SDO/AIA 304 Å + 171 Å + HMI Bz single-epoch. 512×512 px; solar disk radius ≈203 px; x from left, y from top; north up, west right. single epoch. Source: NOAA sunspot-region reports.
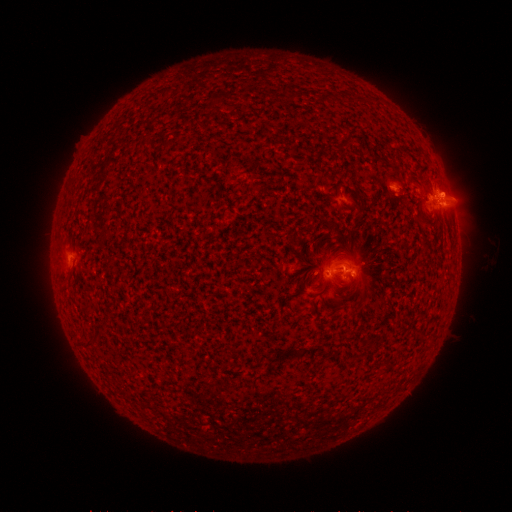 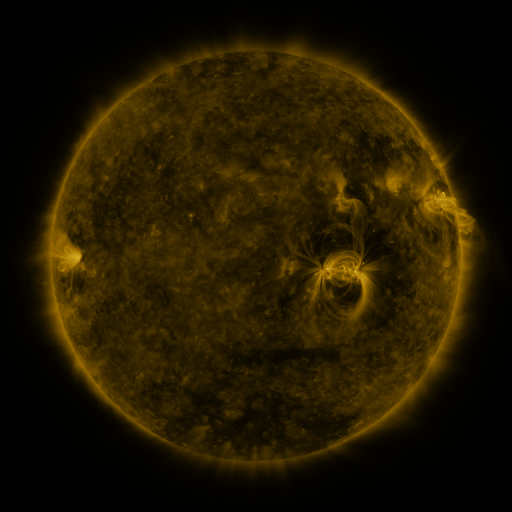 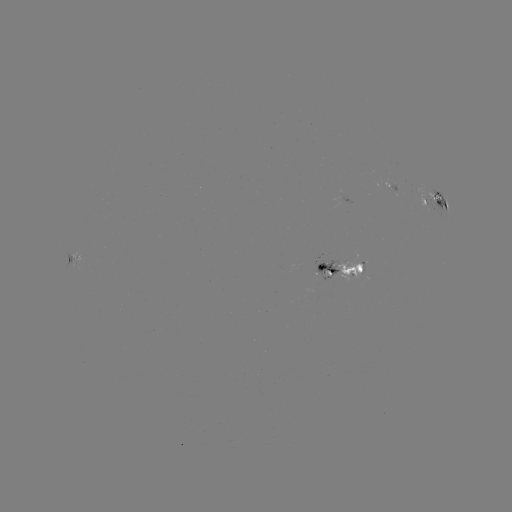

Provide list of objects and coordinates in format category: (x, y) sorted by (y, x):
spotted active region: (436, 204)
spotted active region: (78, 255)
spotted active region: (344, 270)
